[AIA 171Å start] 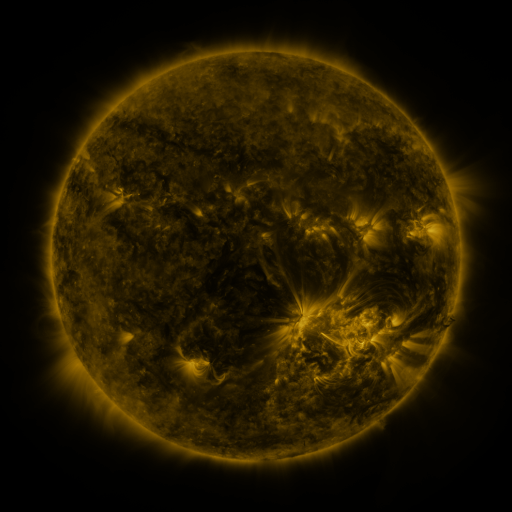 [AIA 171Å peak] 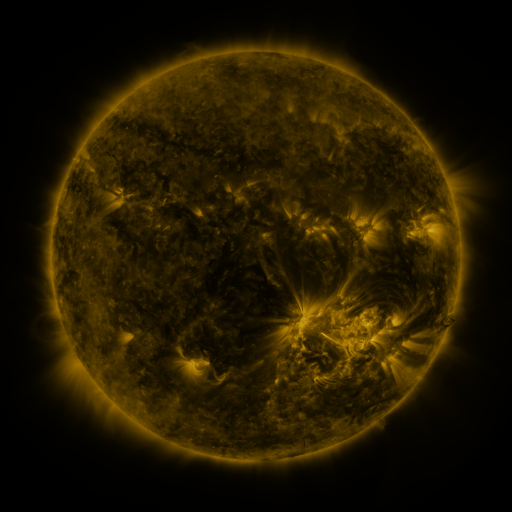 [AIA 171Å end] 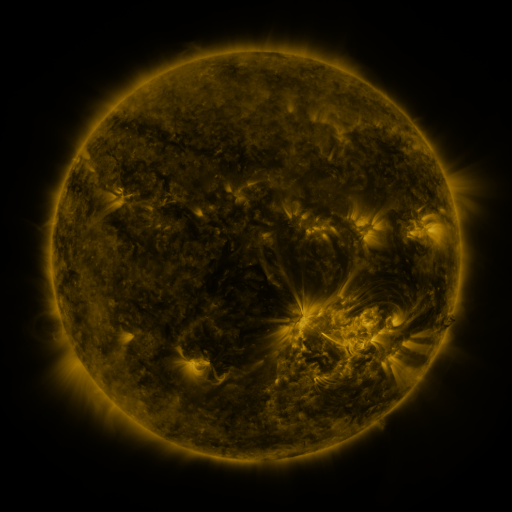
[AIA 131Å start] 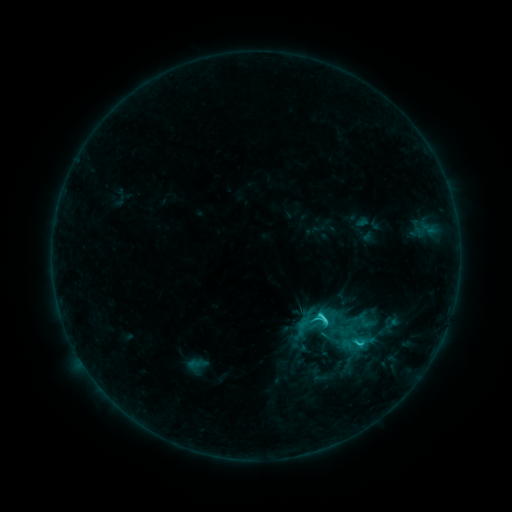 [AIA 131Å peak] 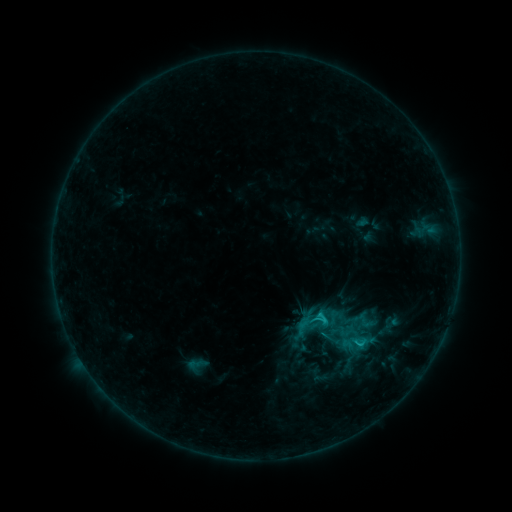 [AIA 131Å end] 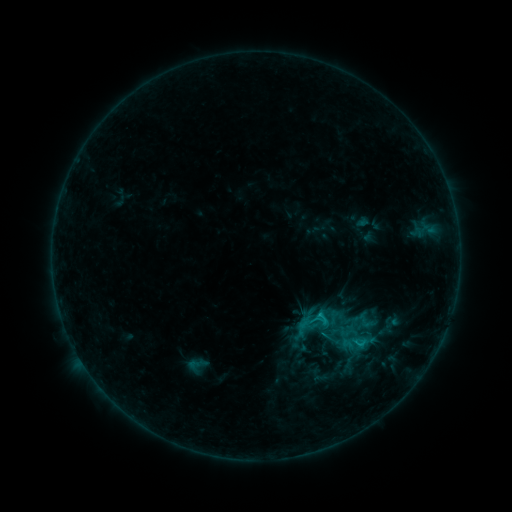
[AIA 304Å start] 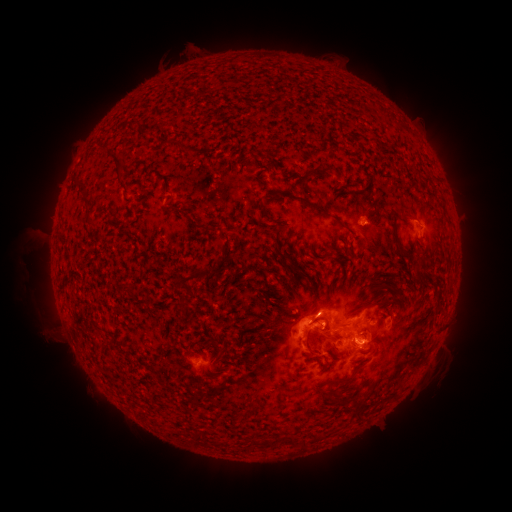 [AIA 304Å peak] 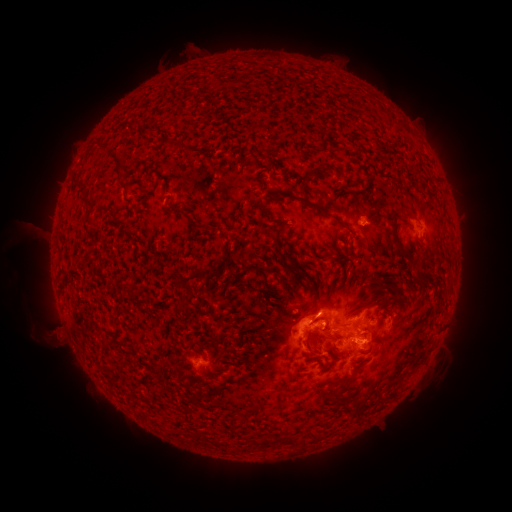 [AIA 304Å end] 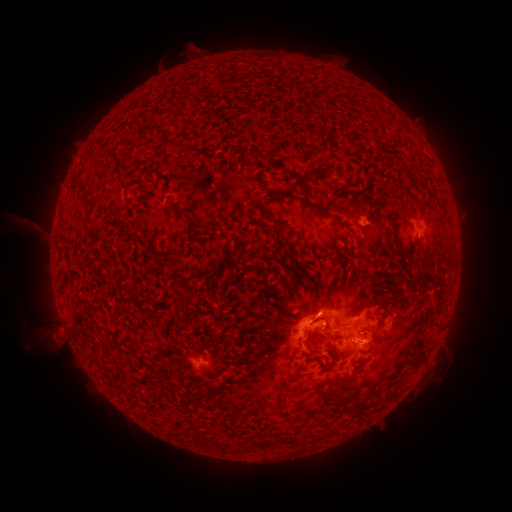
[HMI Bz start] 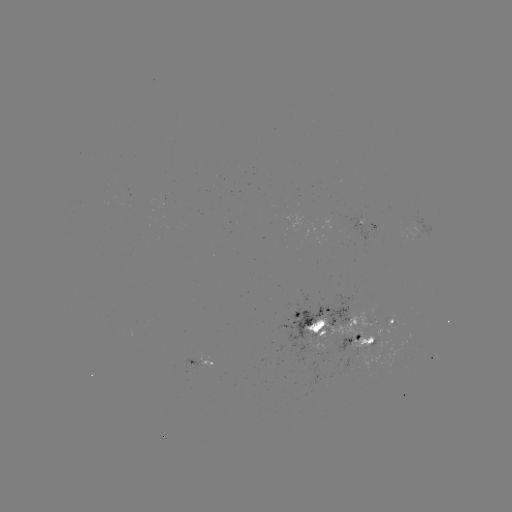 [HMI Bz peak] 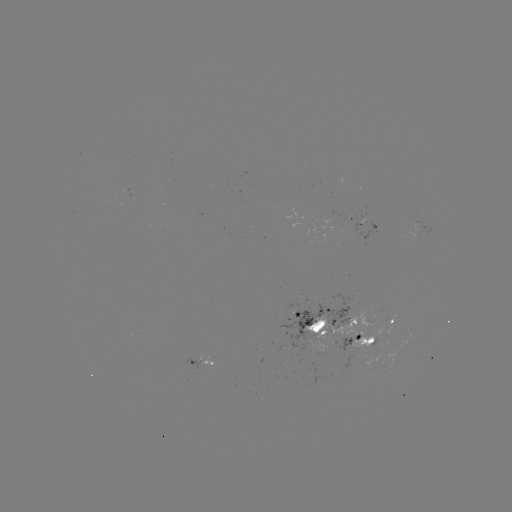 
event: eruption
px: (48, 334)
